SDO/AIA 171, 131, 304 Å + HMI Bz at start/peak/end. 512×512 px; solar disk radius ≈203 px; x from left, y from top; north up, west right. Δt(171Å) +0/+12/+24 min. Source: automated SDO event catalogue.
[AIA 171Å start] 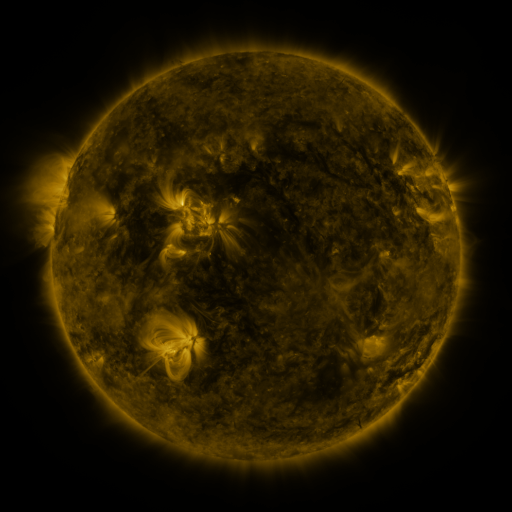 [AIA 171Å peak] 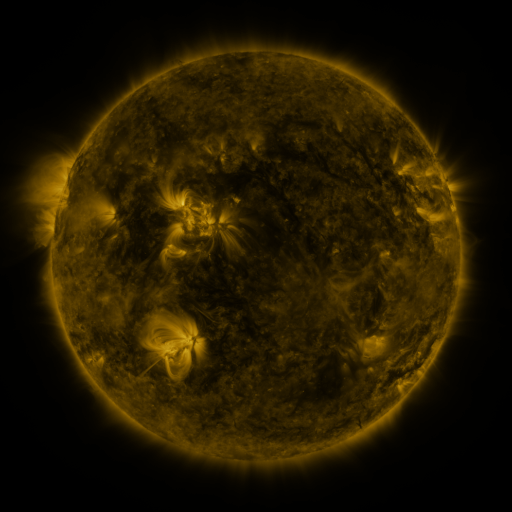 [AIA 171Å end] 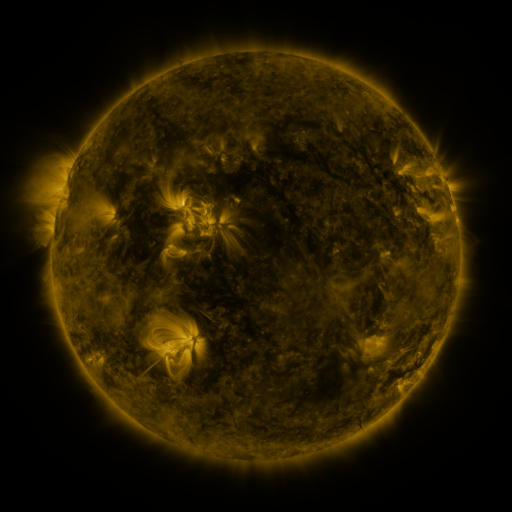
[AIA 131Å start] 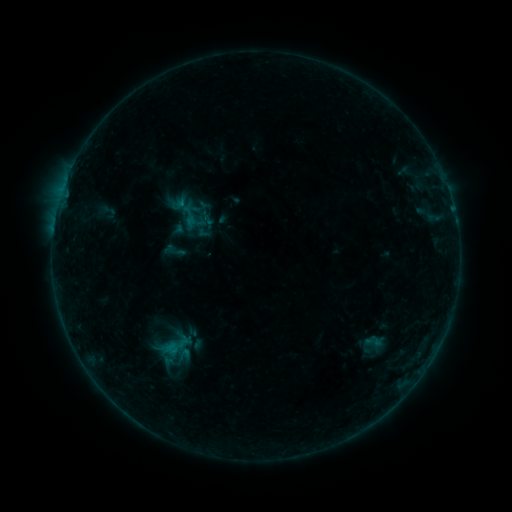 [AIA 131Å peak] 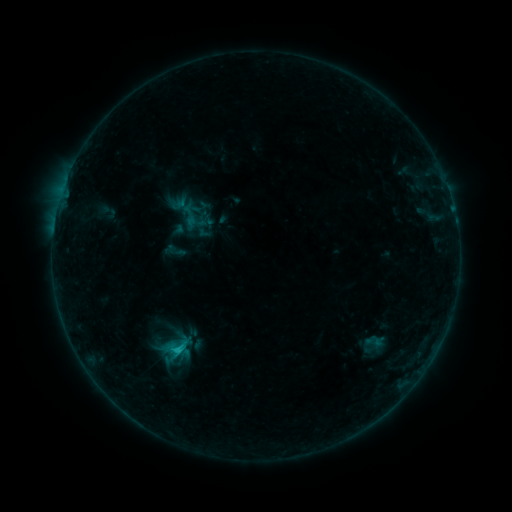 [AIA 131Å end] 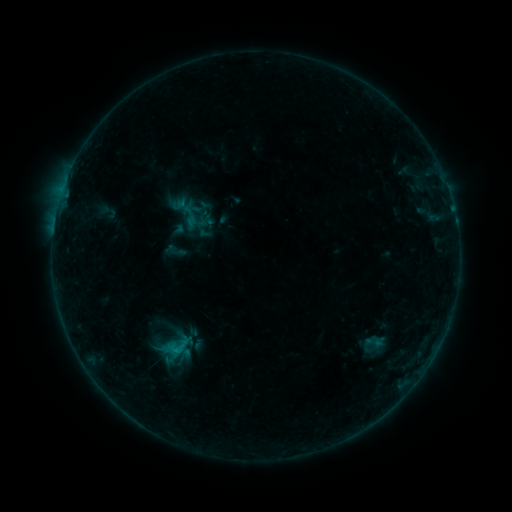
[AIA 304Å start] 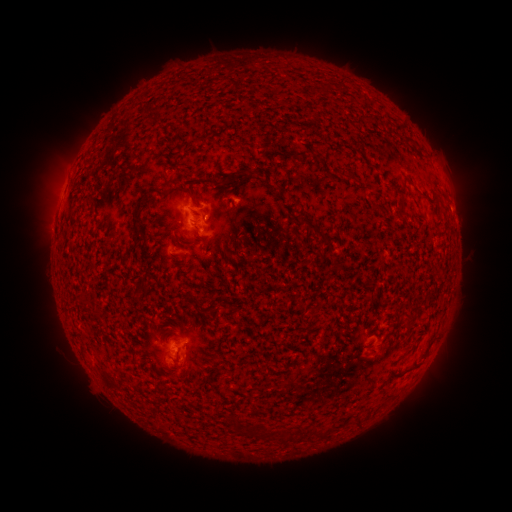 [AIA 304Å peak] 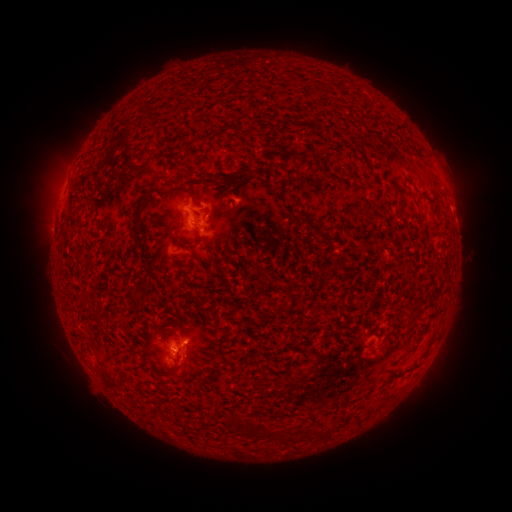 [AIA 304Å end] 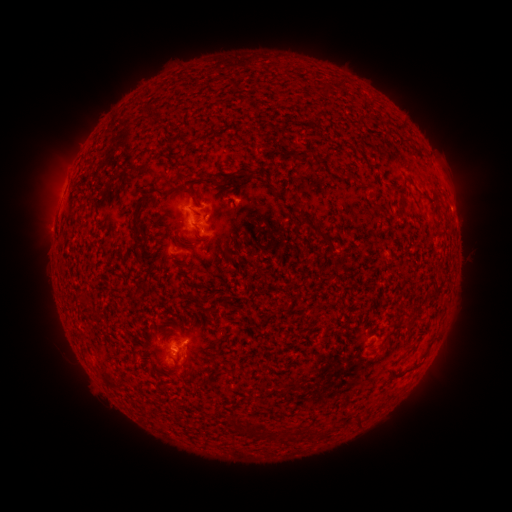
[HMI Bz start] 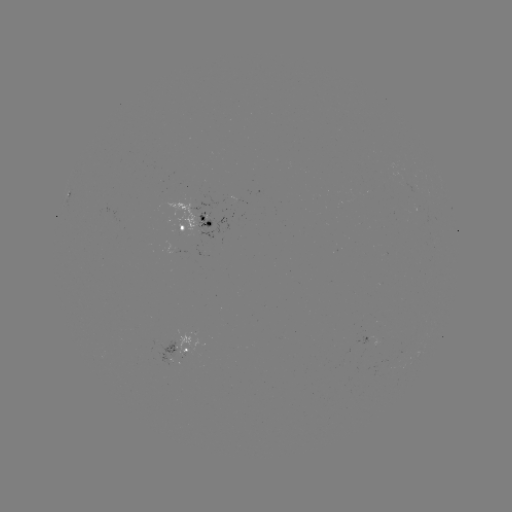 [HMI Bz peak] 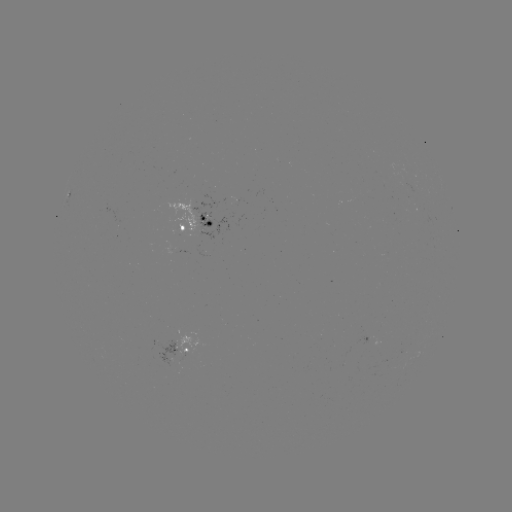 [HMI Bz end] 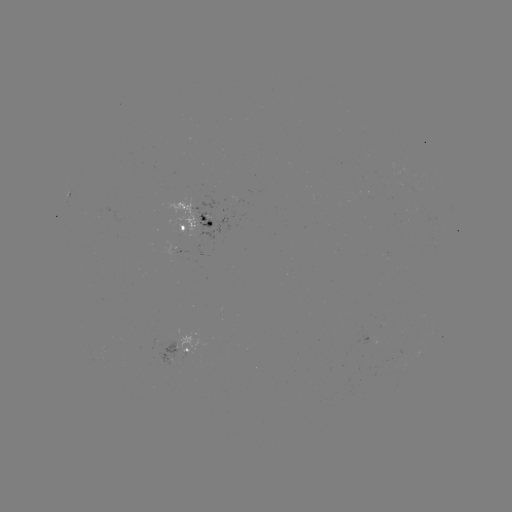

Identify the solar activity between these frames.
B8.4 flare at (178, 349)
